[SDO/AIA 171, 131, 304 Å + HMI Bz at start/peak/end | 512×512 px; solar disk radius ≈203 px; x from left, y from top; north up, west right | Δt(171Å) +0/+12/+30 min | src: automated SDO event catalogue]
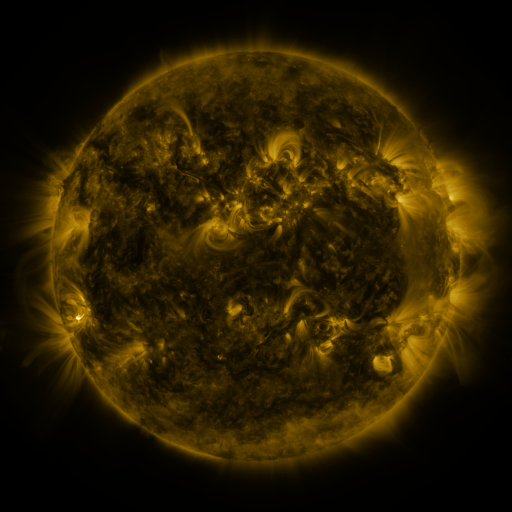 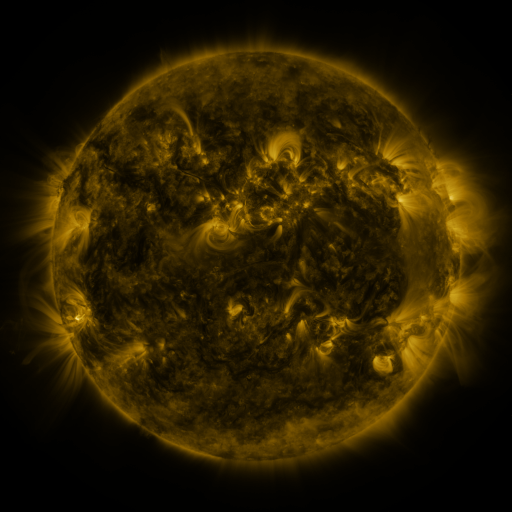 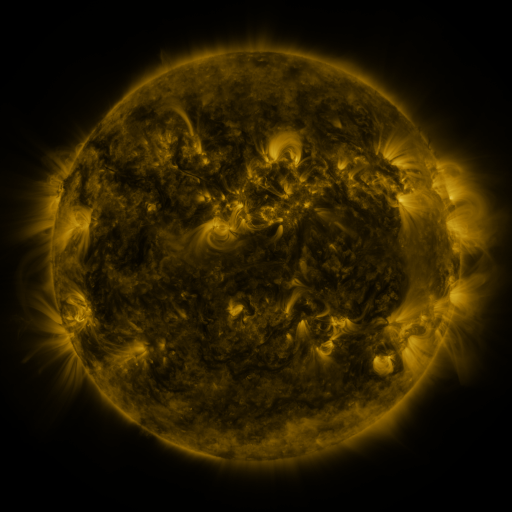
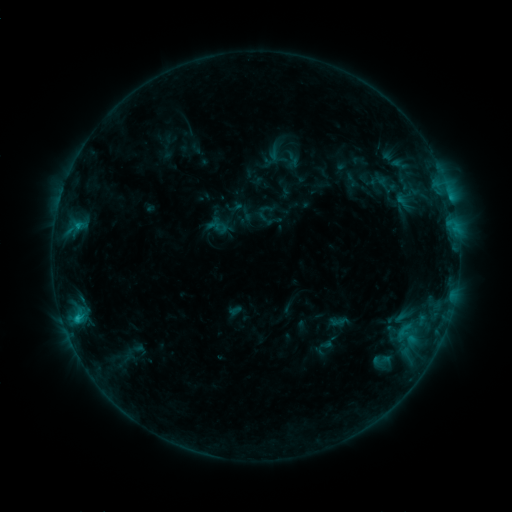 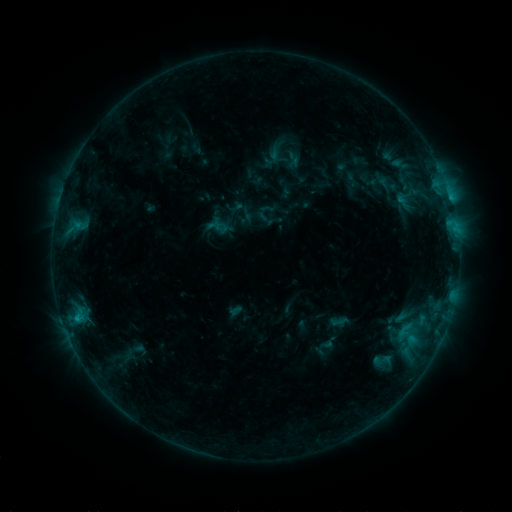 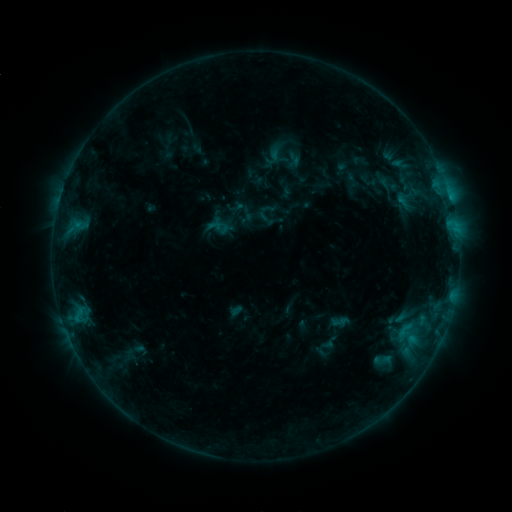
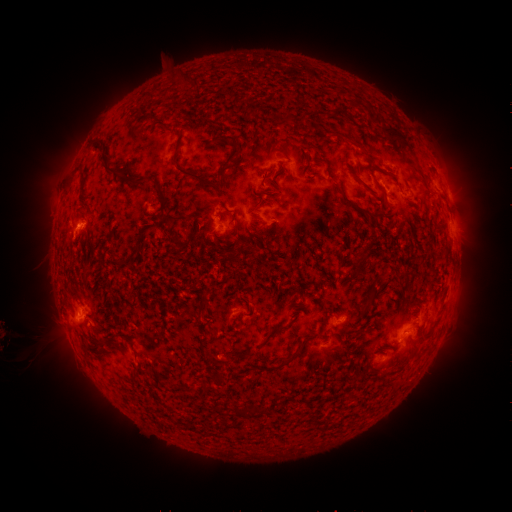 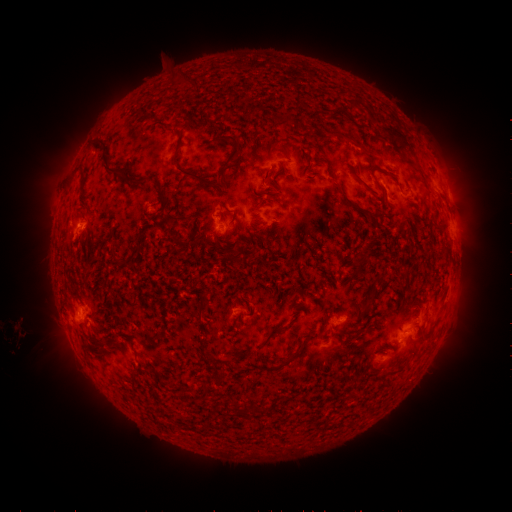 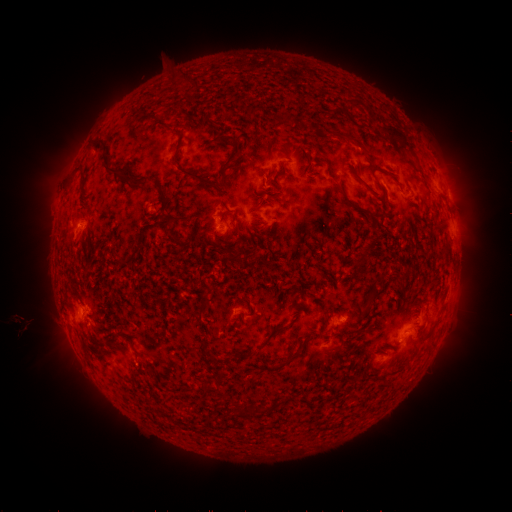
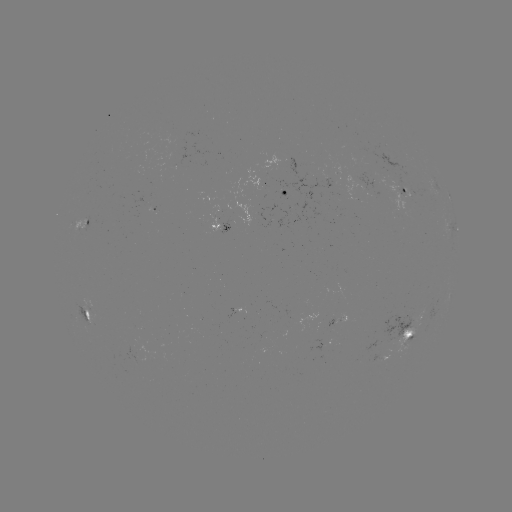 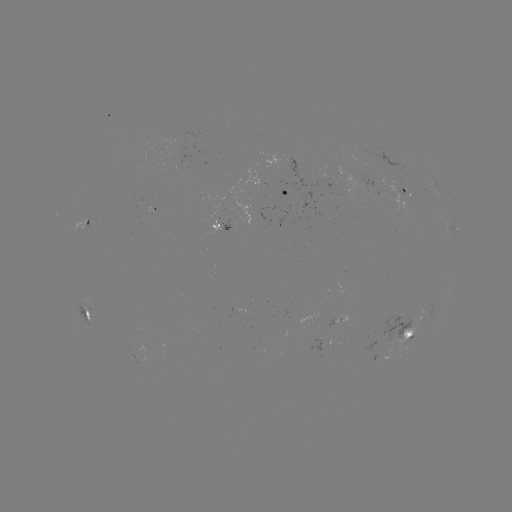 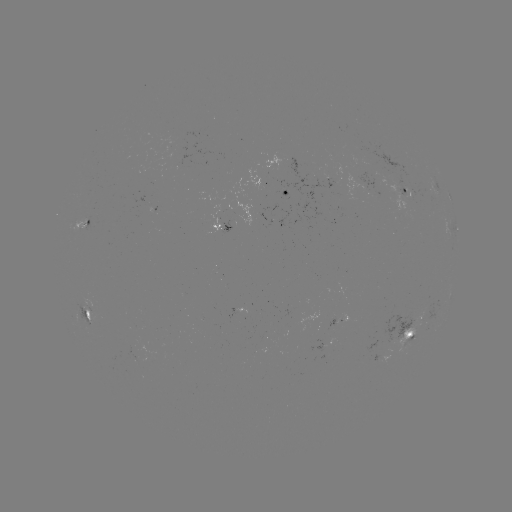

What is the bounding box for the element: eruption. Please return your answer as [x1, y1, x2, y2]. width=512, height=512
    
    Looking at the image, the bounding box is [0, 304, 59, 359].